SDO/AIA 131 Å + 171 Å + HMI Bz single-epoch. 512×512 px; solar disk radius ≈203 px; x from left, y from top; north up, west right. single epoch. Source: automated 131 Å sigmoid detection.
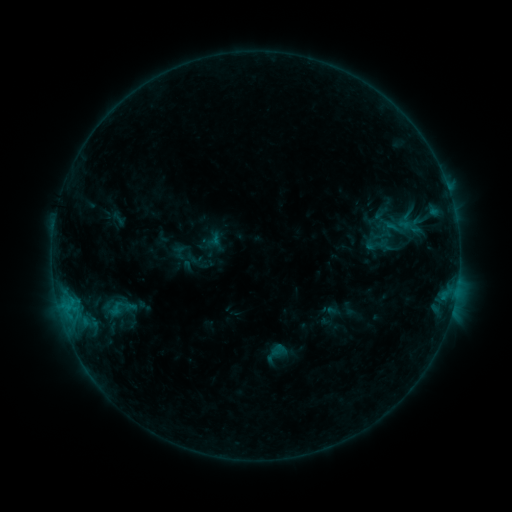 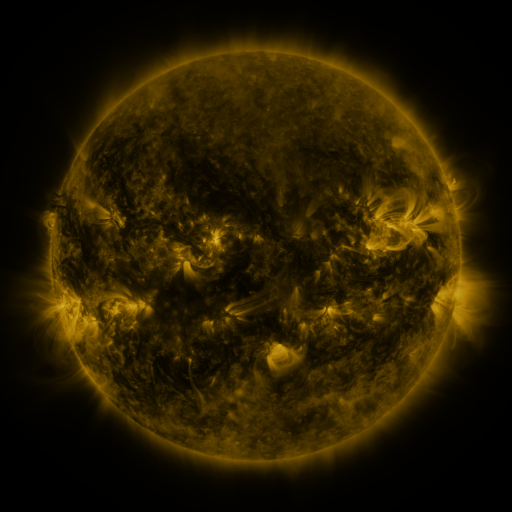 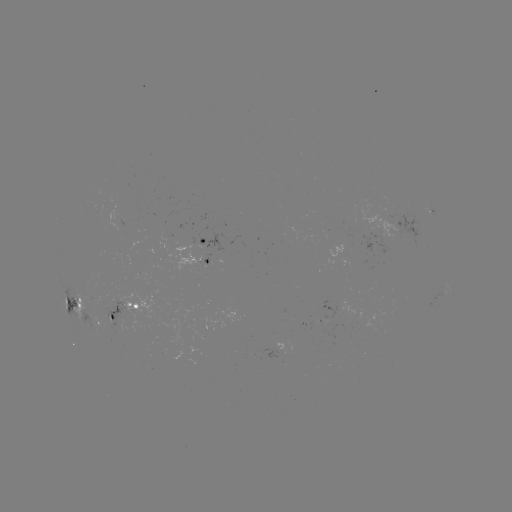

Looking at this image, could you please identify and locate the sigmoid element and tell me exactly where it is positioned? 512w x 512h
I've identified sigmoid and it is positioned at (179, 252).